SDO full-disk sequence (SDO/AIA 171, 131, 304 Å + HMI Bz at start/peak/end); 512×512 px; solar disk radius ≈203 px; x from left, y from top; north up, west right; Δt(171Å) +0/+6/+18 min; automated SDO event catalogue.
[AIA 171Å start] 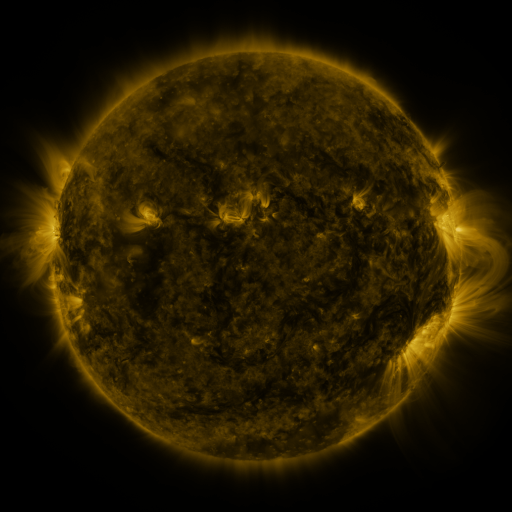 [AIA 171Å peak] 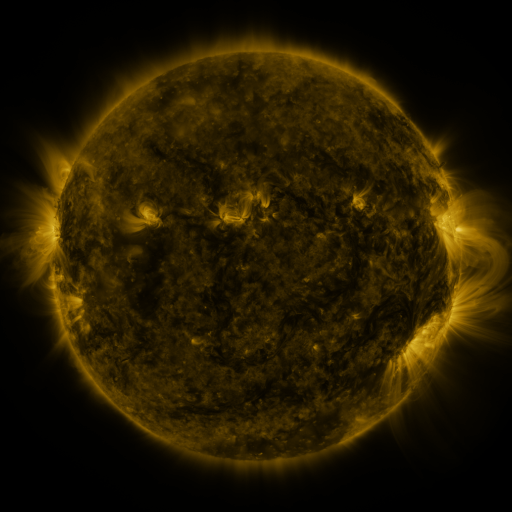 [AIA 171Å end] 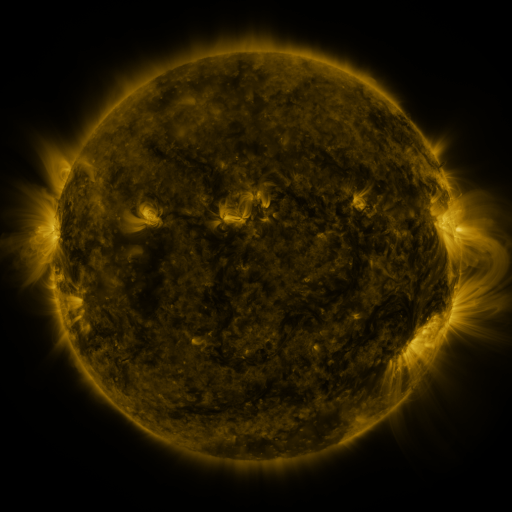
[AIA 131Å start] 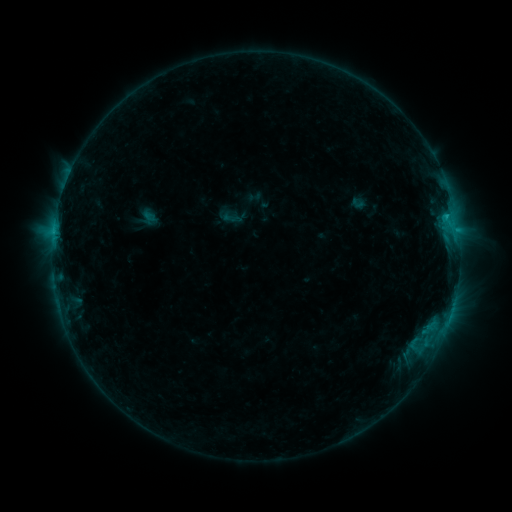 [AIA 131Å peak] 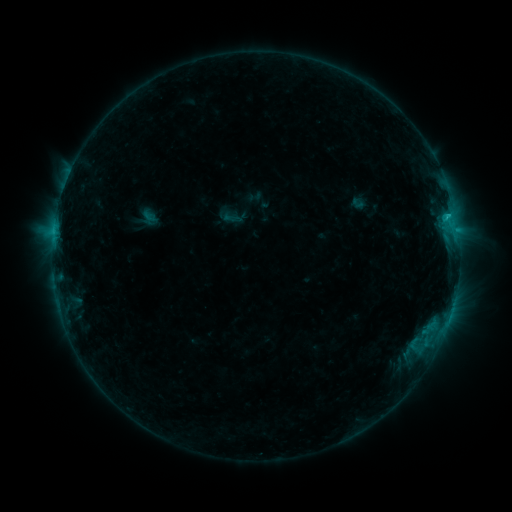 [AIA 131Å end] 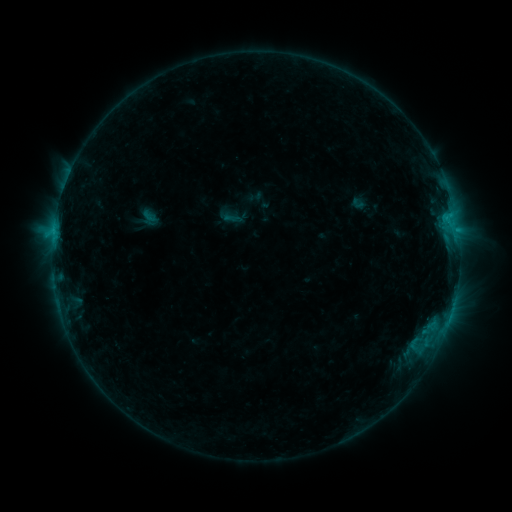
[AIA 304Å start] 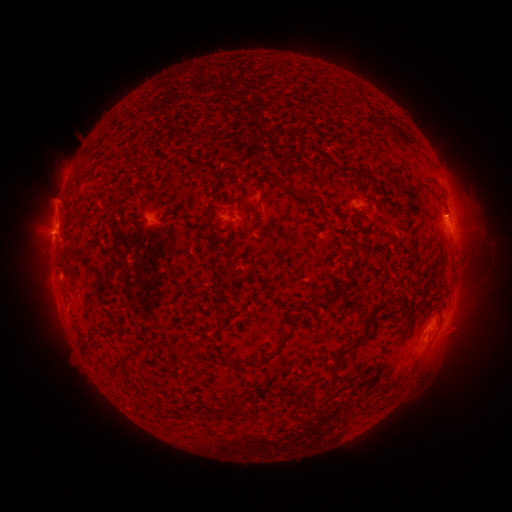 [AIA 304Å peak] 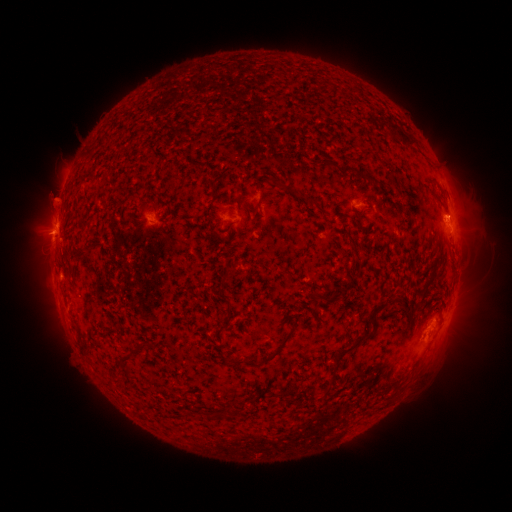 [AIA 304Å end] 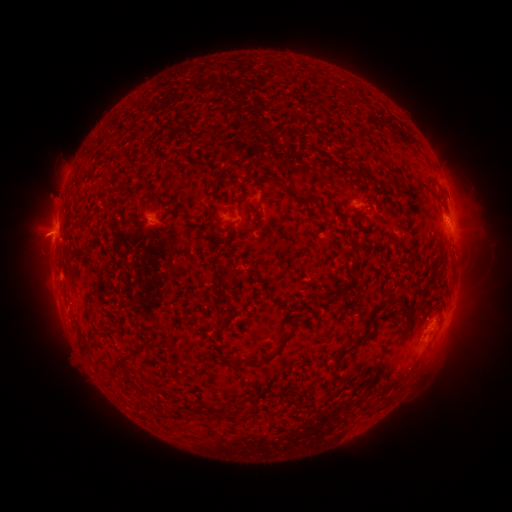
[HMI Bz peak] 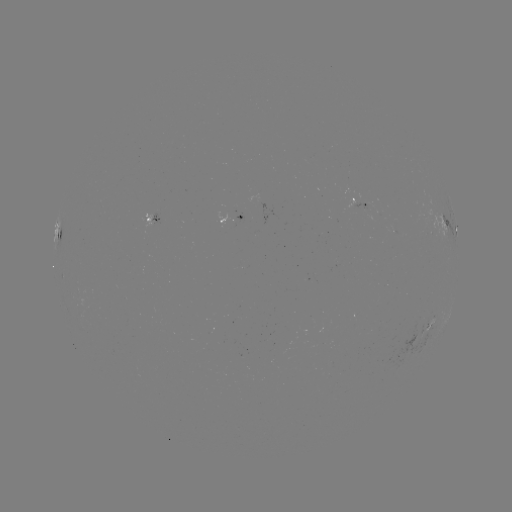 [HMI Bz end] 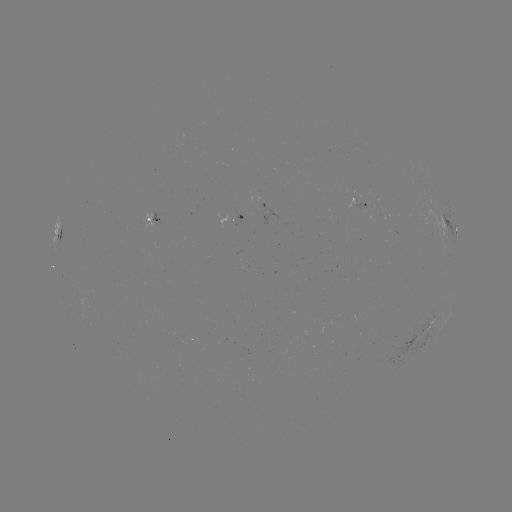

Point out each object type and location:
C1.0 flare: (449, 217)
